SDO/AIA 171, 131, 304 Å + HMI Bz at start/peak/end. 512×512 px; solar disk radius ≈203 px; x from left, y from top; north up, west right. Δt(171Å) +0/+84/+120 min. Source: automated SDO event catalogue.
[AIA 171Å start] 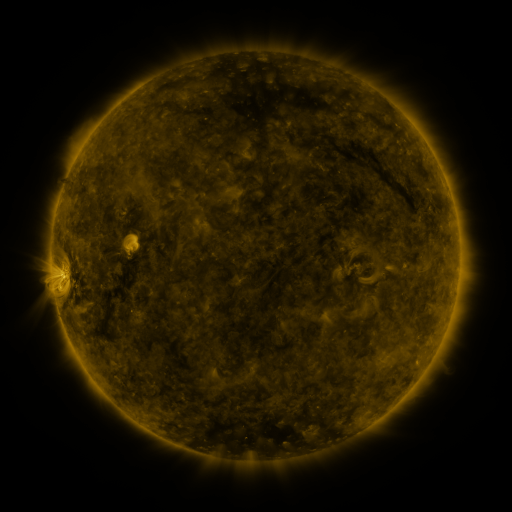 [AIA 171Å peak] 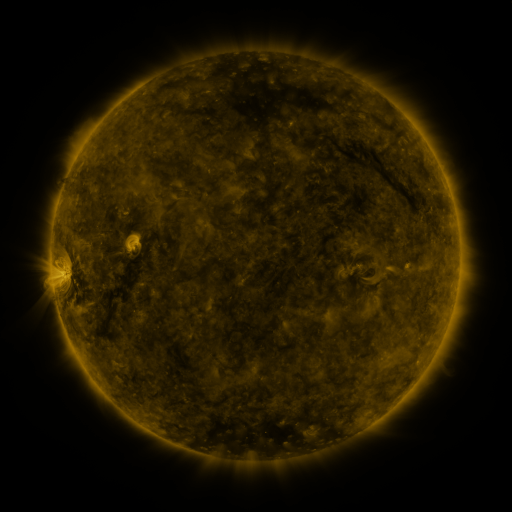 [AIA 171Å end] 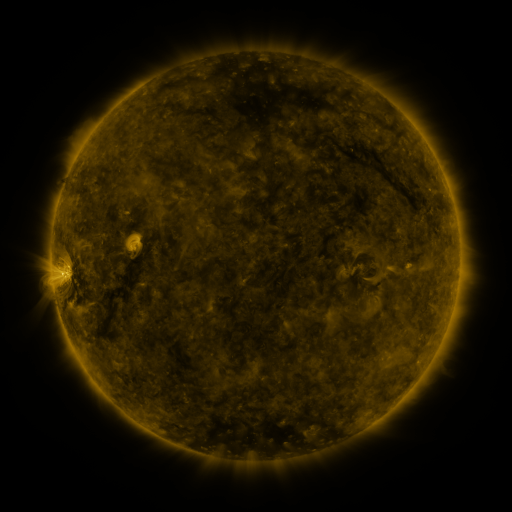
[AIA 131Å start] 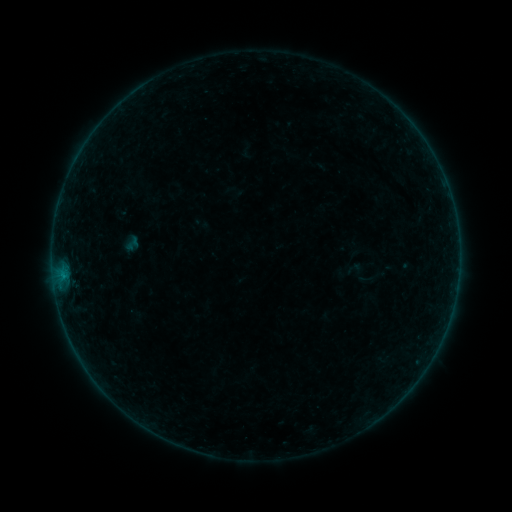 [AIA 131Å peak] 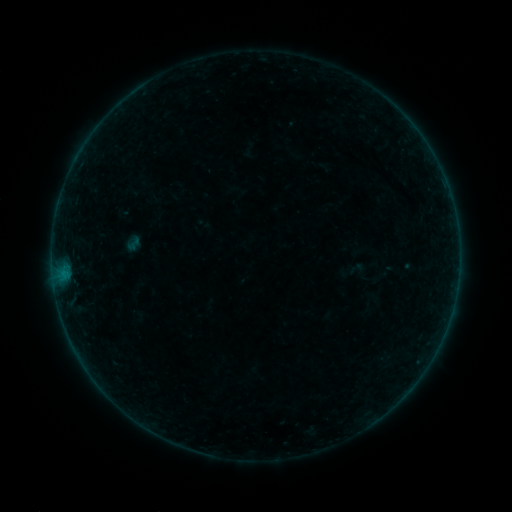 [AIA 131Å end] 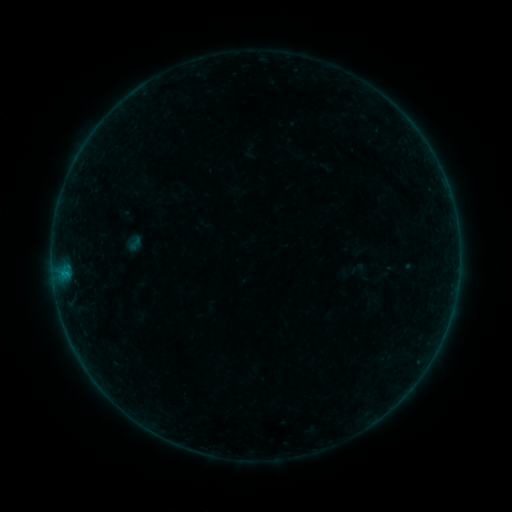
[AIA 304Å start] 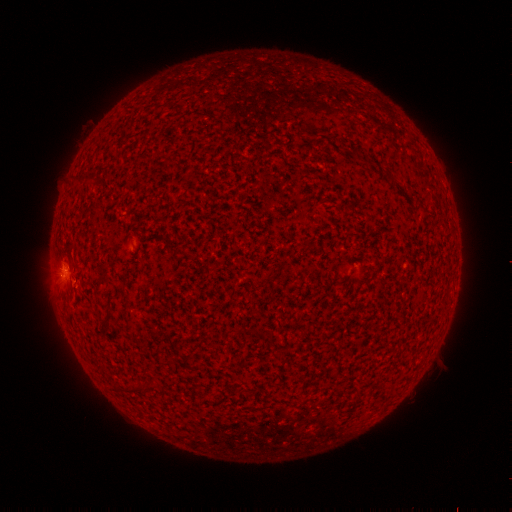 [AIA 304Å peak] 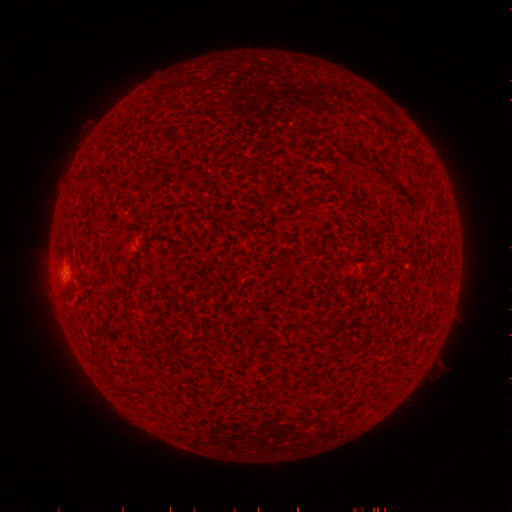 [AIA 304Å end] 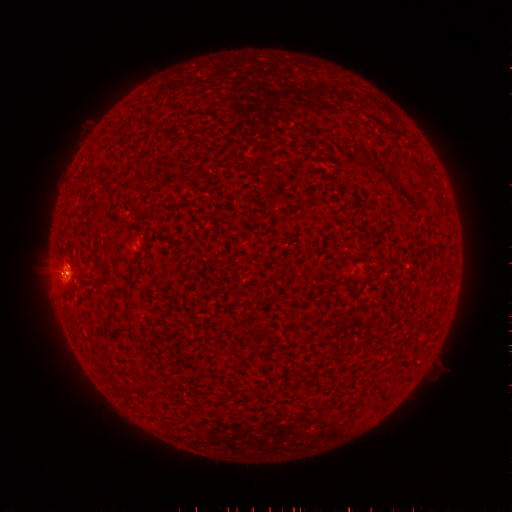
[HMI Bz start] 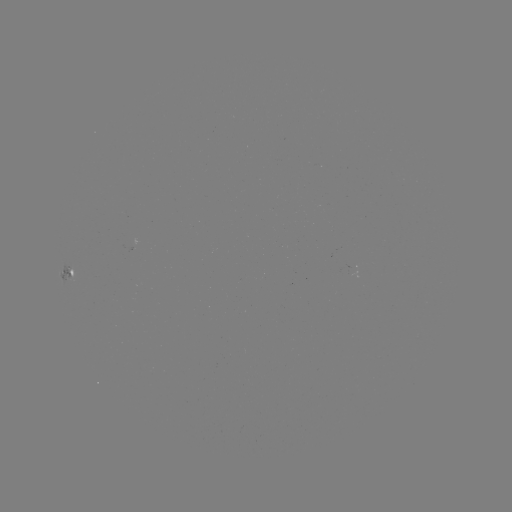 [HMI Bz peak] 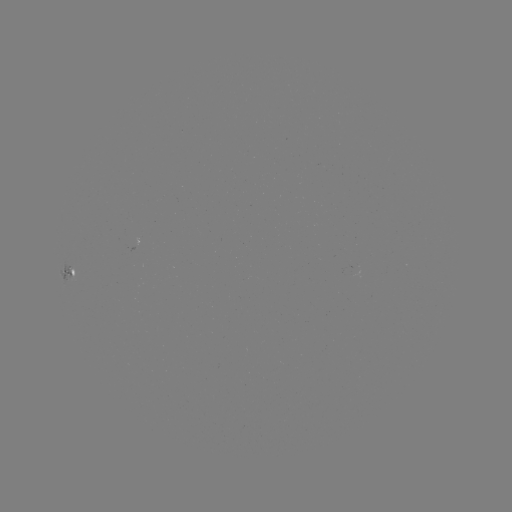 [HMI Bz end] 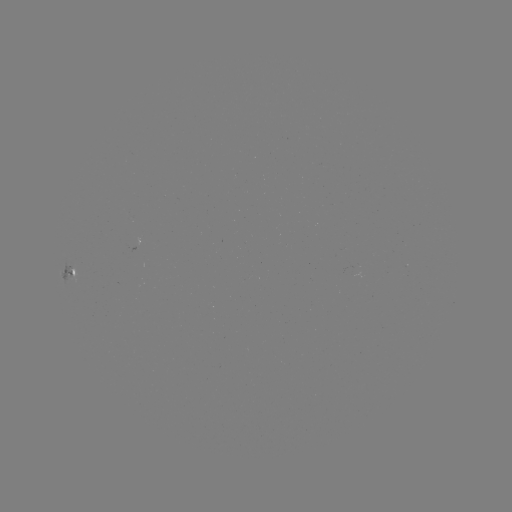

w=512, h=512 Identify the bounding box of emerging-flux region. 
[314, 165, 324, 168].